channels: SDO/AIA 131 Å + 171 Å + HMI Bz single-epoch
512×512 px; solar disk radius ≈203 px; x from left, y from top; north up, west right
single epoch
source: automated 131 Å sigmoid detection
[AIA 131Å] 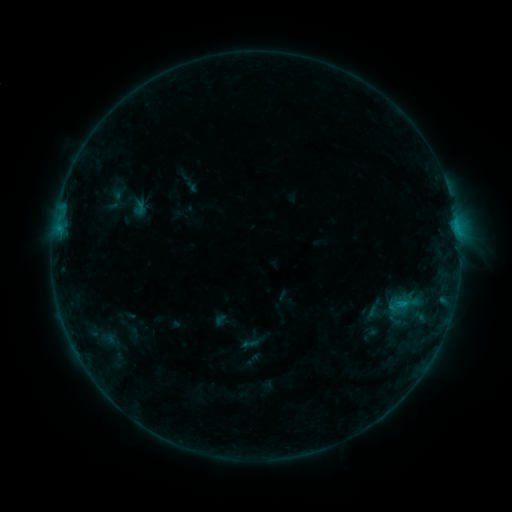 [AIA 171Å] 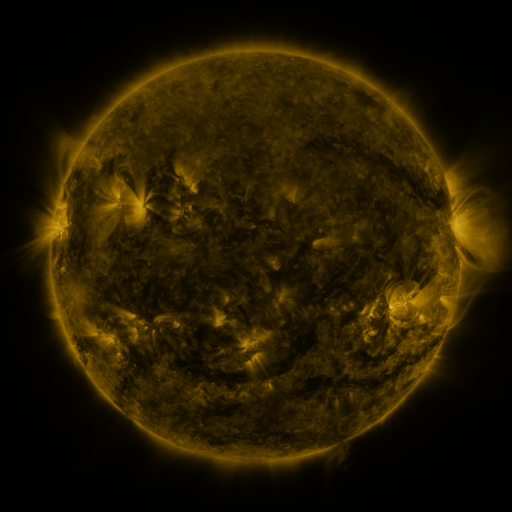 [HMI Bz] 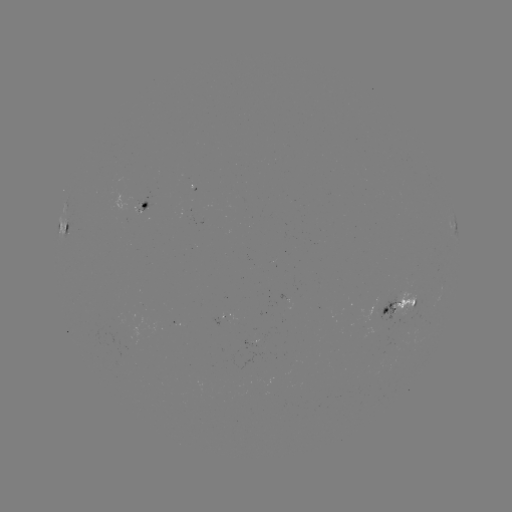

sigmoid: (240, 334, 259, 352)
